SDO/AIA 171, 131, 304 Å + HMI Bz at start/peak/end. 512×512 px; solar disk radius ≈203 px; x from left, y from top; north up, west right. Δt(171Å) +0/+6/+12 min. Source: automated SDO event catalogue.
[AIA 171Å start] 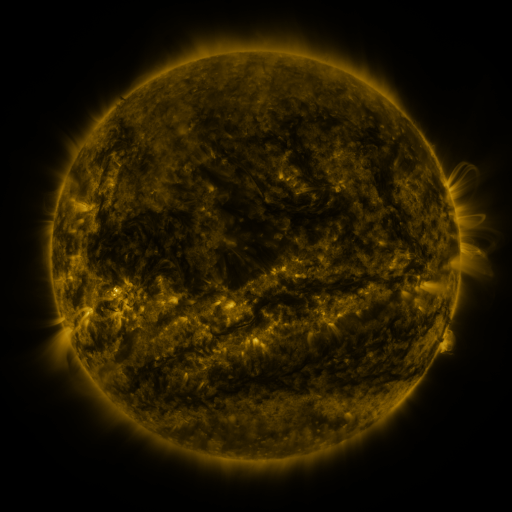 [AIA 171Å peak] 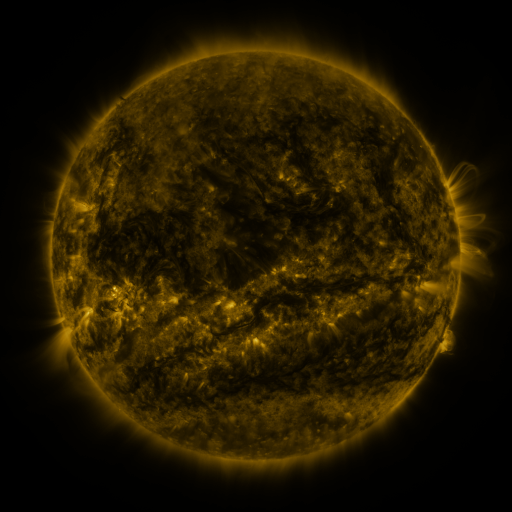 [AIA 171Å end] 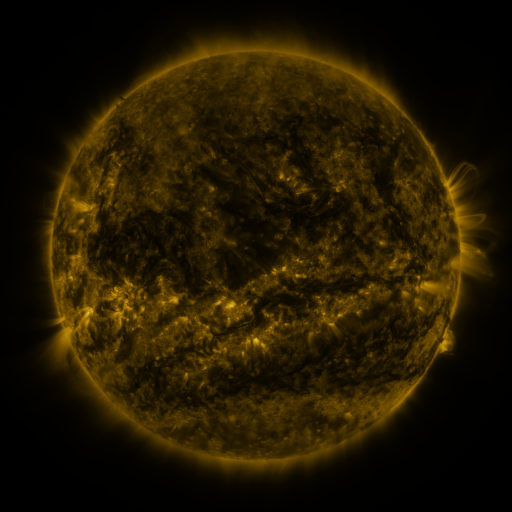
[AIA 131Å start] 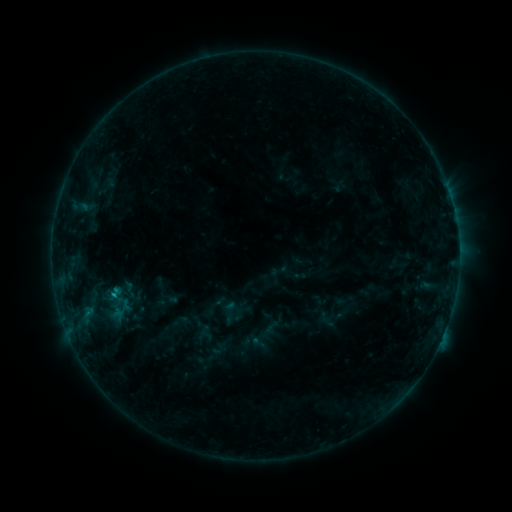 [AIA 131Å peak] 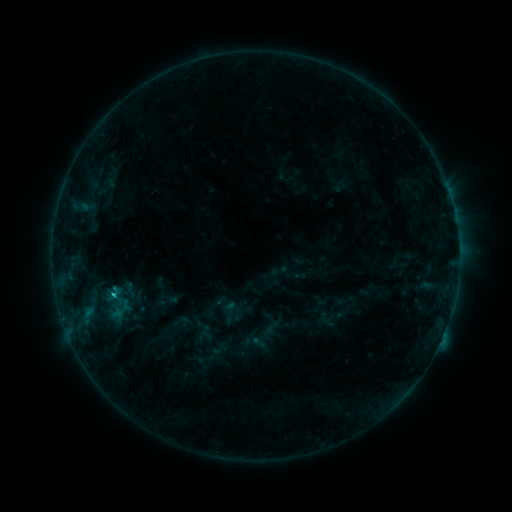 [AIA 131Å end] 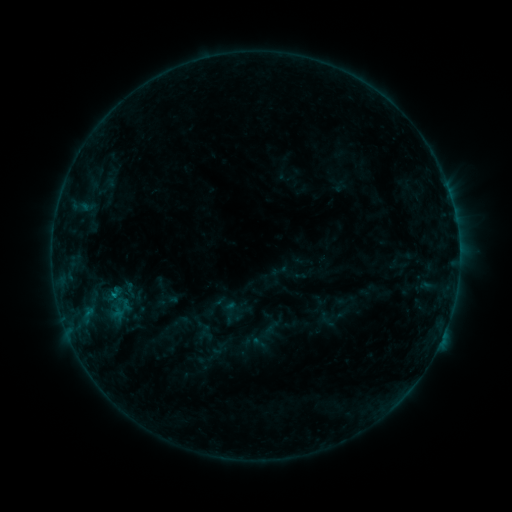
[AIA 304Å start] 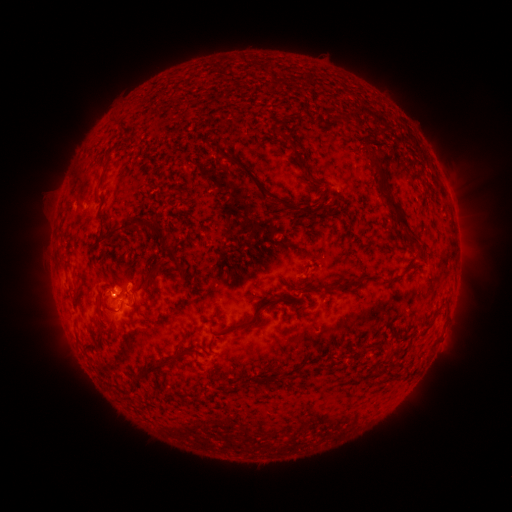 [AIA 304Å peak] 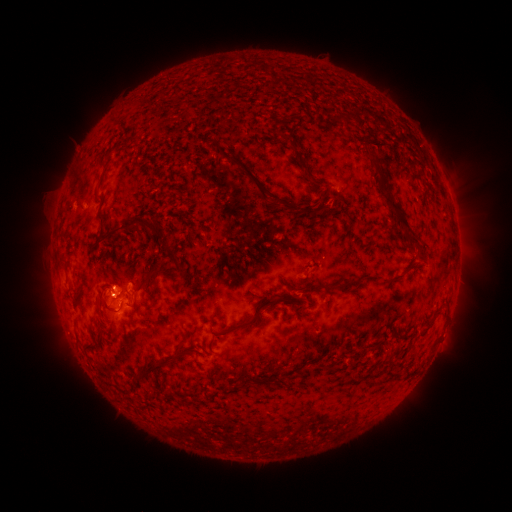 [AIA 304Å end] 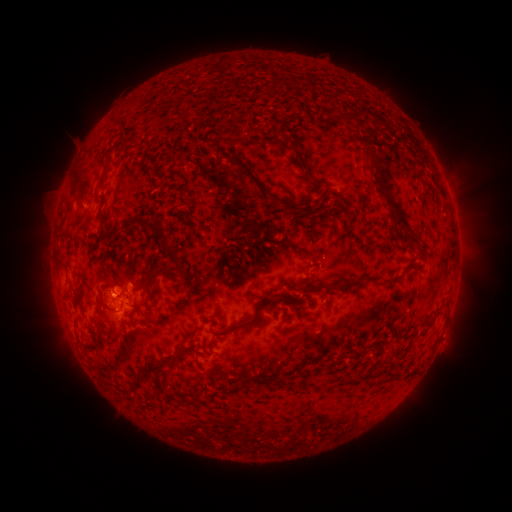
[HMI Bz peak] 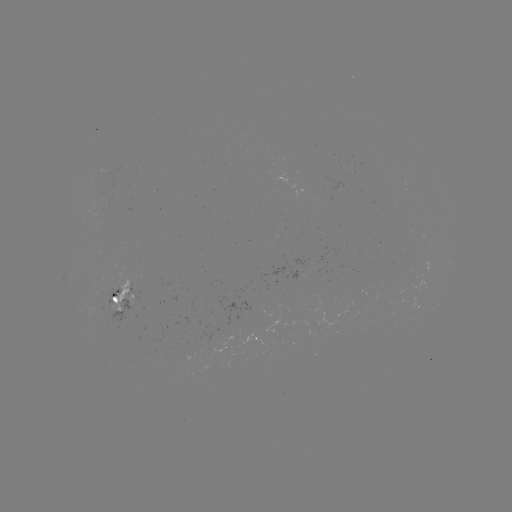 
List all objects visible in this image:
B8.2 flare: (115, 294)
